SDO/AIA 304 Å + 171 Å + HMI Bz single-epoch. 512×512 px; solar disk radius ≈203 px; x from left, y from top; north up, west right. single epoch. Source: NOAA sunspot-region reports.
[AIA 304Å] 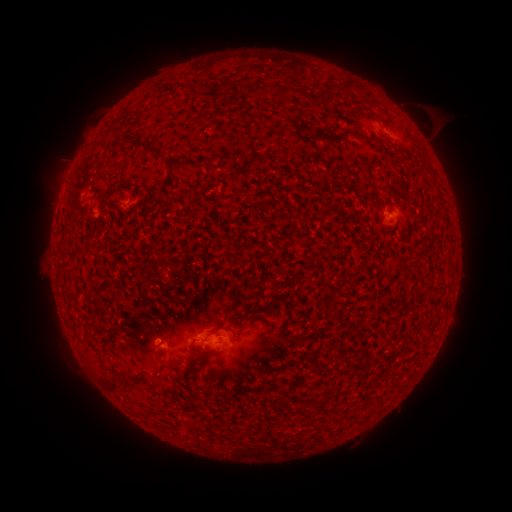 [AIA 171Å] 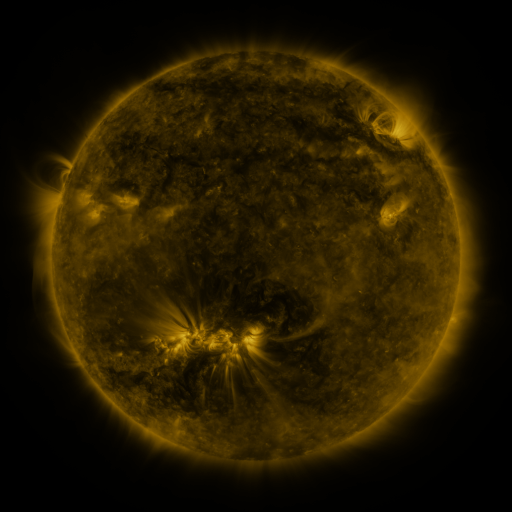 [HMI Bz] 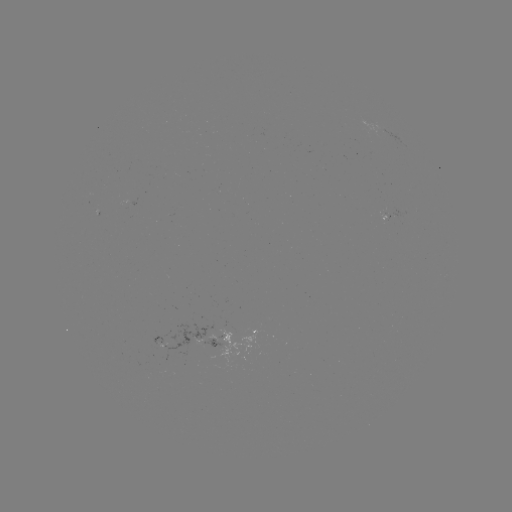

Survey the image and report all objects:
spotted active region: (390, 215)
spotted active region: (232, 333)
